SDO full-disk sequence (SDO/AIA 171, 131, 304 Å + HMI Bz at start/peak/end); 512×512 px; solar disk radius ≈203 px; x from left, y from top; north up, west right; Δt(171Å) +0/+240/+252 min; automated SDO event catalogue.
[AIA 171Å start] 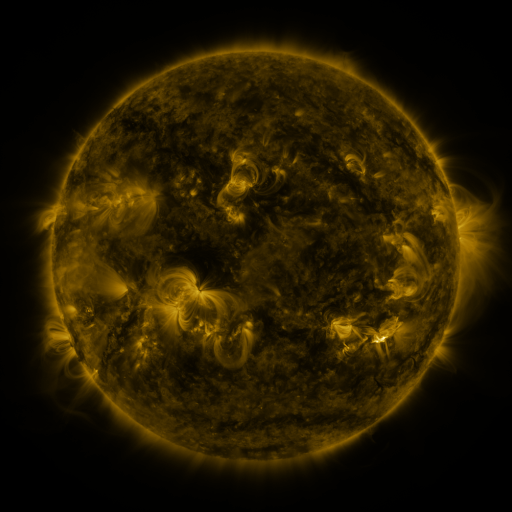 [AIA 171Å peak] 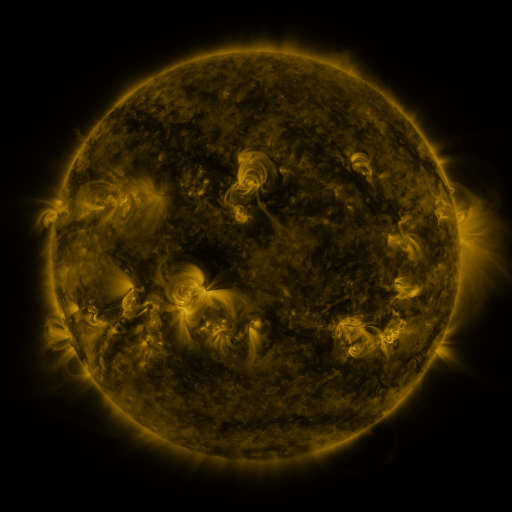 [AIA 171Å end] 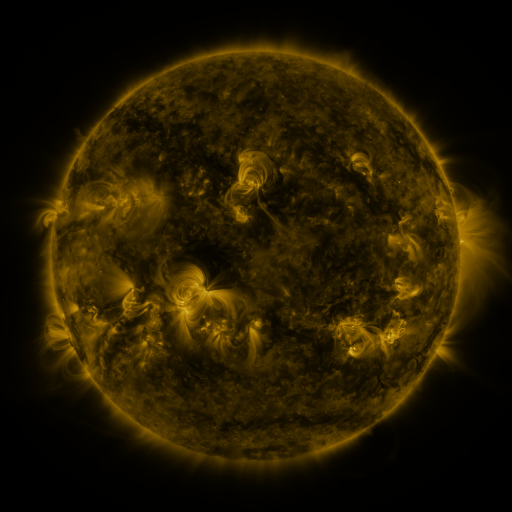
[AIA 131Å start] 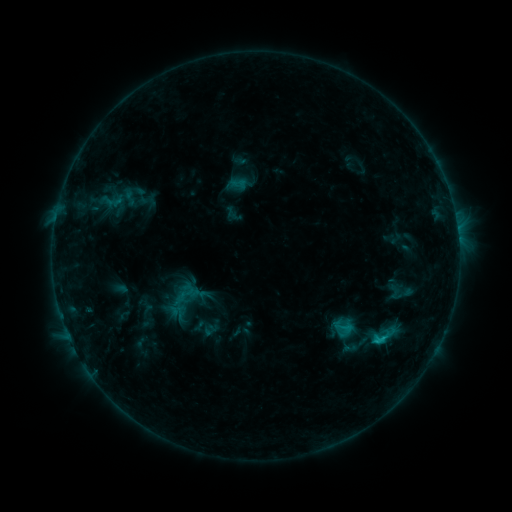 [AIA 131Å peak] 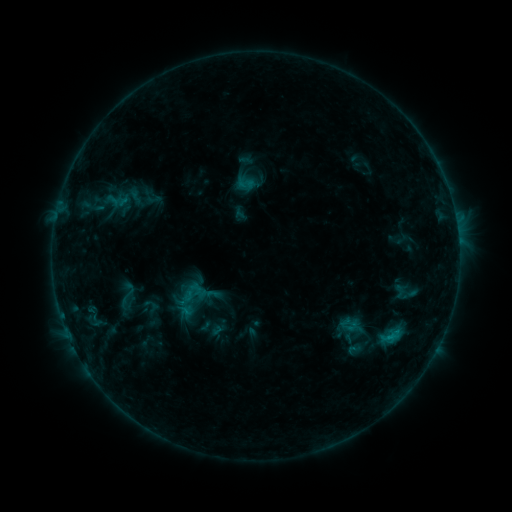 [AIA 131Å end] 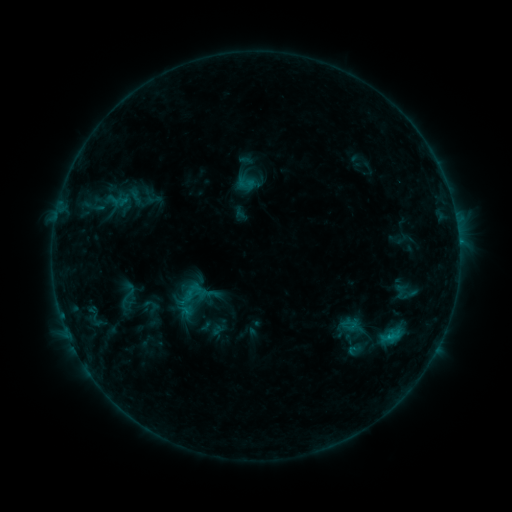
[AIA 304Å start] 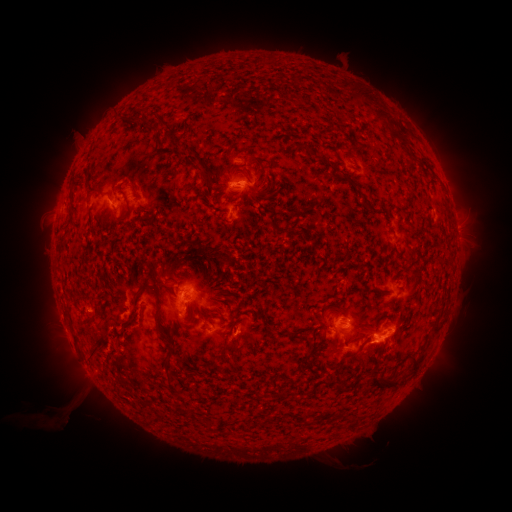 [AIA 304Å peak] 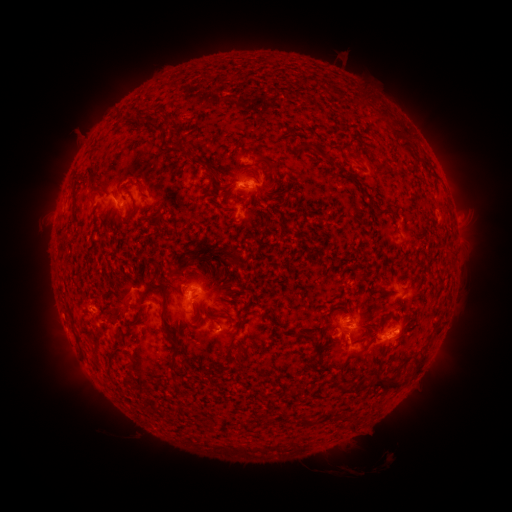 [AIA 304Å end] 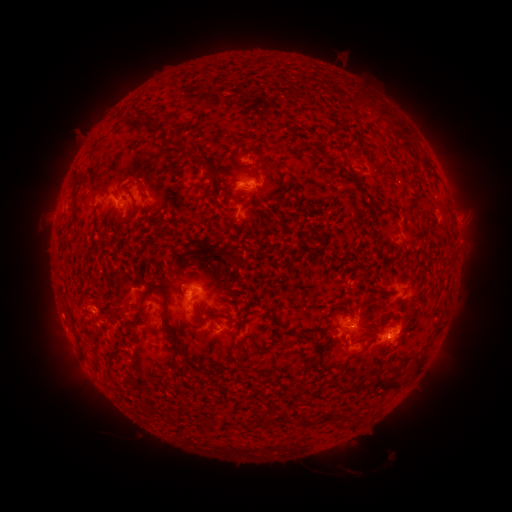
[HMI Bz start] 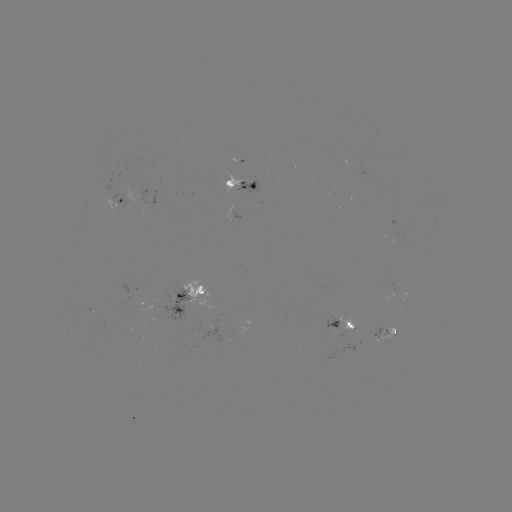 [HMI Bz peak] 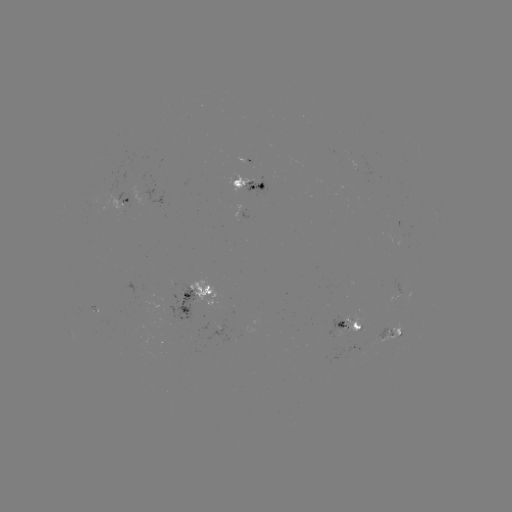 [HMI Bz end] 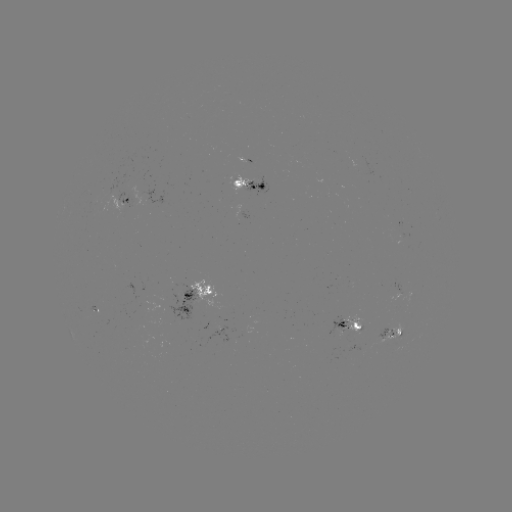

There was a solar emerging-flux region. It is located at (386, 331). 